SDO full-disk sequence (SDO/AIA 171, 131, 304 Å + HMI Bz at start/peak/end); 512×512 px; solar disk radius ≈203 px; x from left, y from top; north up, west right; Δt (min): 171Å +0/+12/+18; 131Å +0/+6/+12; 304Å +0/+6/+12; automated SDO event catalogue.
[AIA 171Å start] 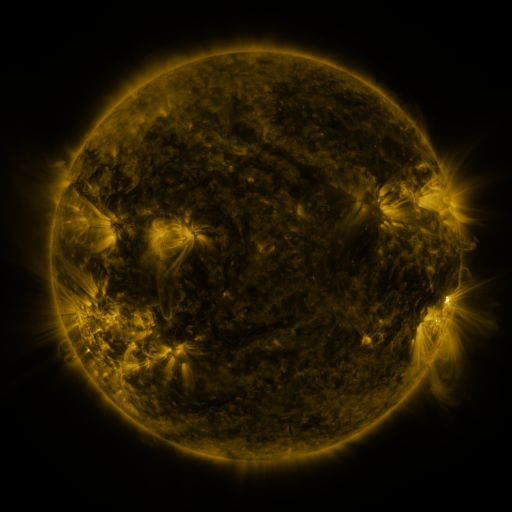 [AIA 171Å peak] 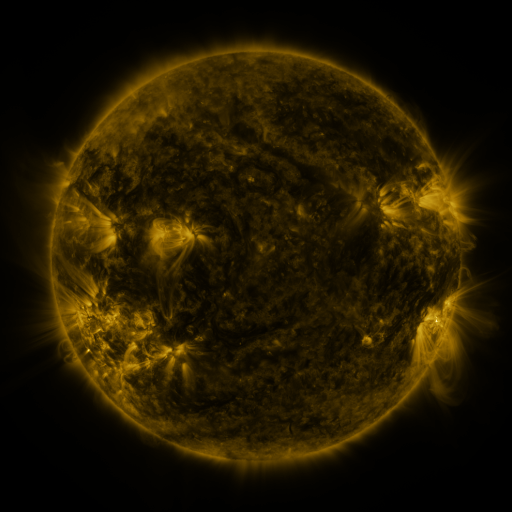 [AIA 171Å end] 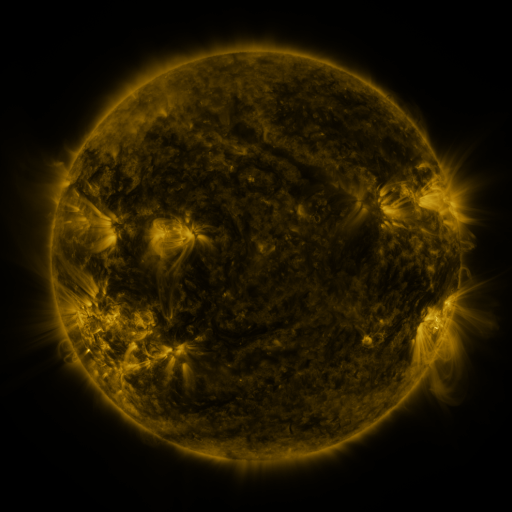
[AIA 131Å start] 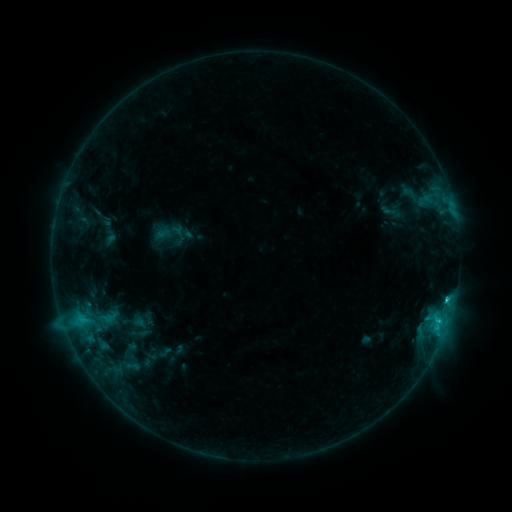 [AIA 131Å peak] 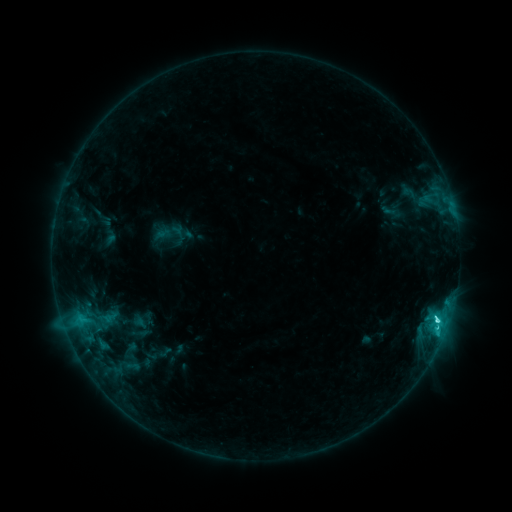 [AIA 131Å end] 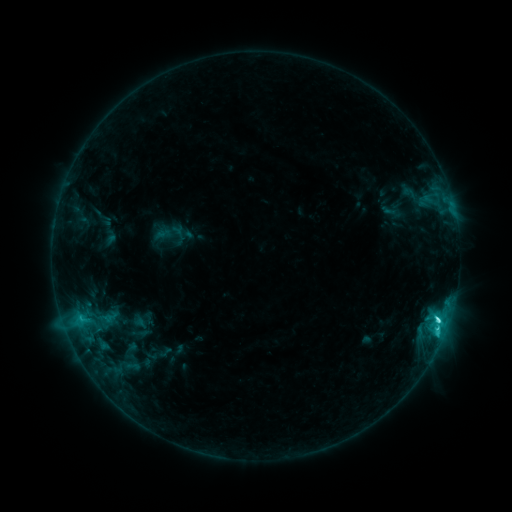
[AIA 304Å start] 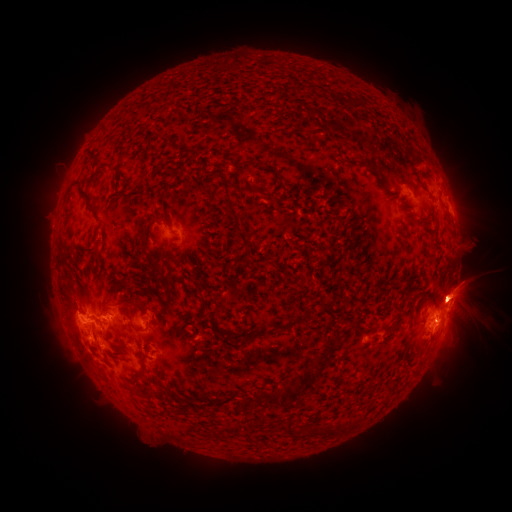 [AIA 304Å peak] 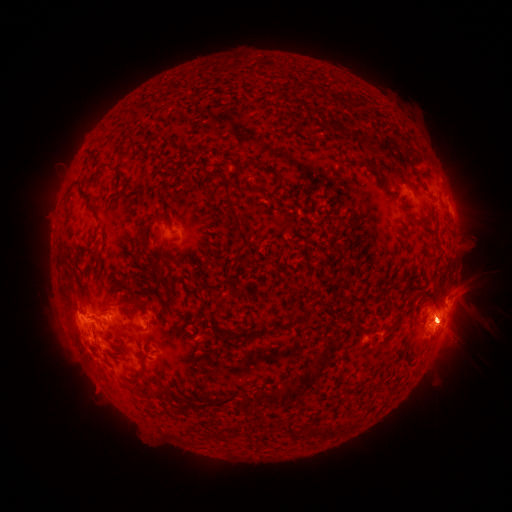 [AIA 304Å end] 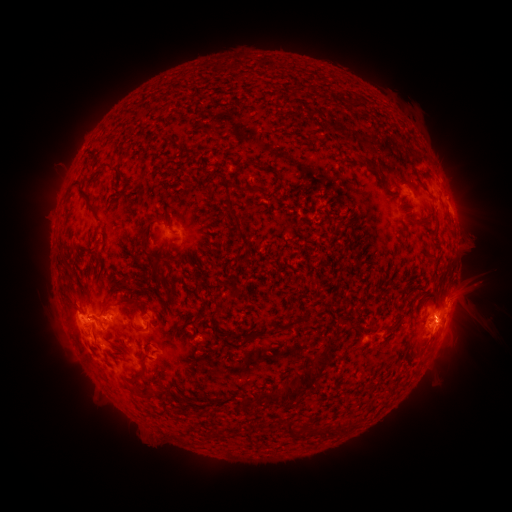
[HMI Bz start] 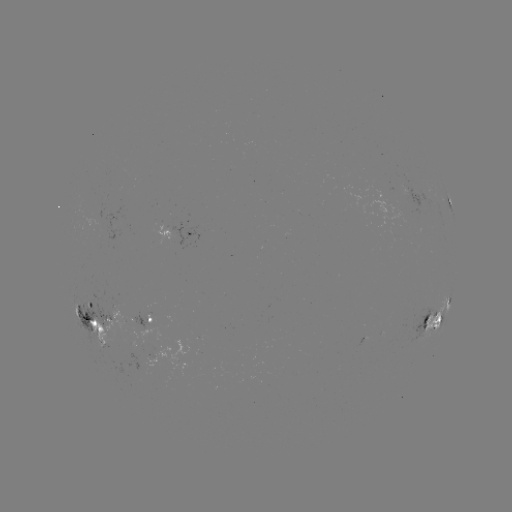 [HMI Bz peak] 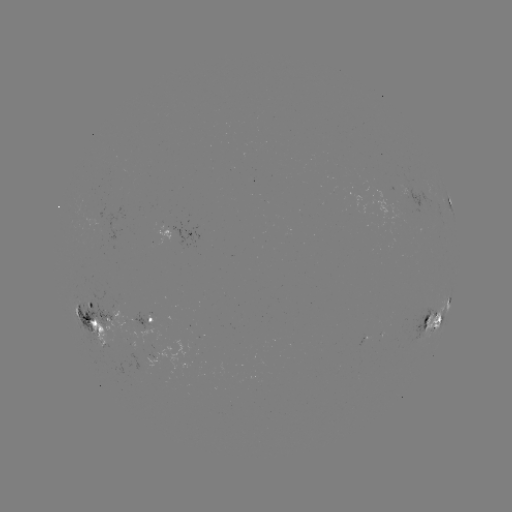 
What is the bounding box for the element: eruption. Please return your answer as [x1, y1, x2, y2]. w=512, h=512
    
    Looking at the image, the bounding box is [35, 280, 139, 430].